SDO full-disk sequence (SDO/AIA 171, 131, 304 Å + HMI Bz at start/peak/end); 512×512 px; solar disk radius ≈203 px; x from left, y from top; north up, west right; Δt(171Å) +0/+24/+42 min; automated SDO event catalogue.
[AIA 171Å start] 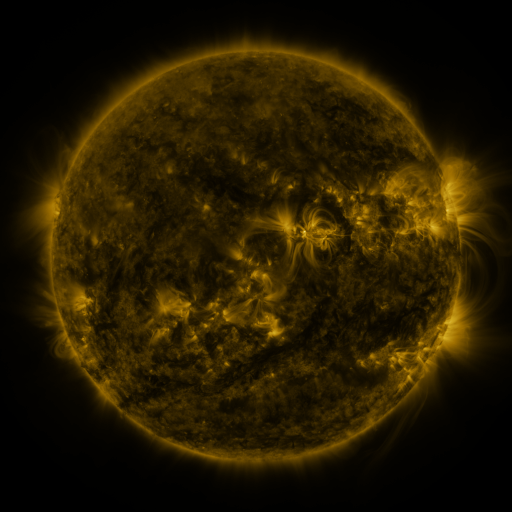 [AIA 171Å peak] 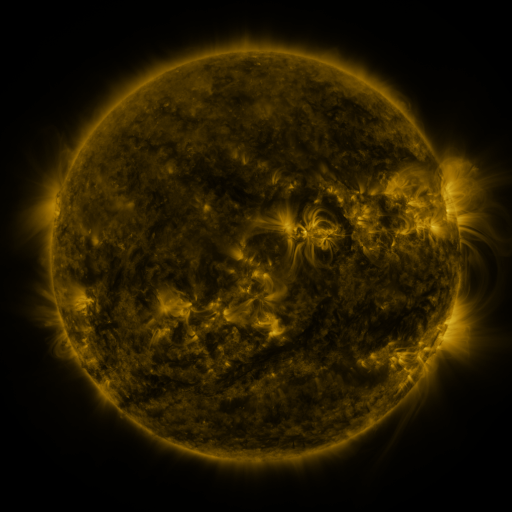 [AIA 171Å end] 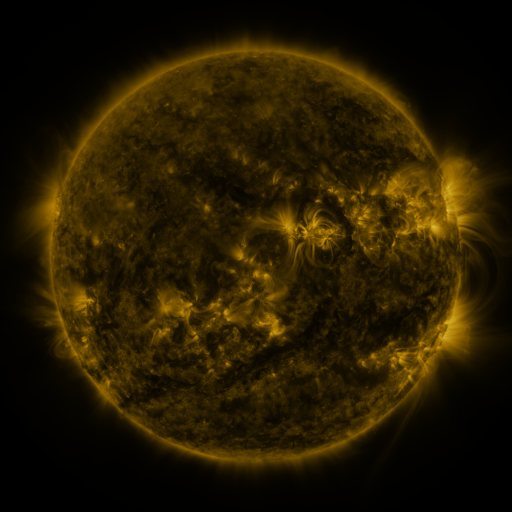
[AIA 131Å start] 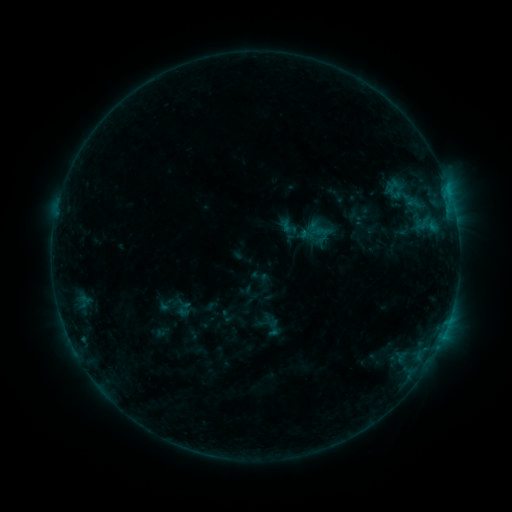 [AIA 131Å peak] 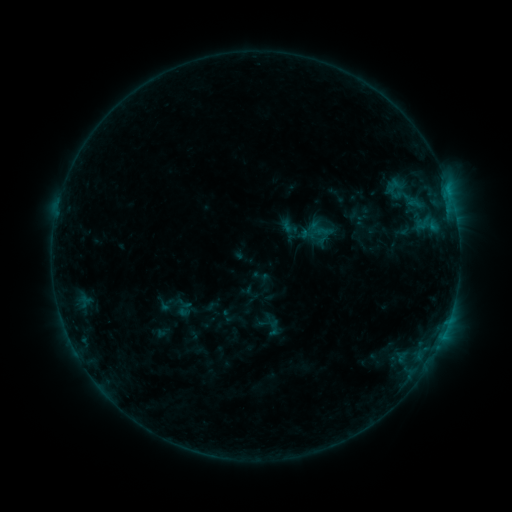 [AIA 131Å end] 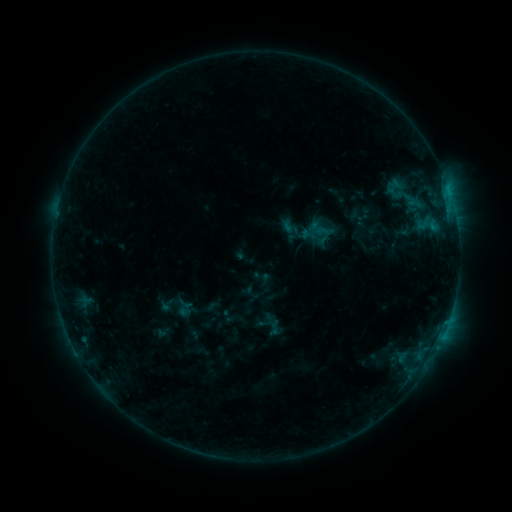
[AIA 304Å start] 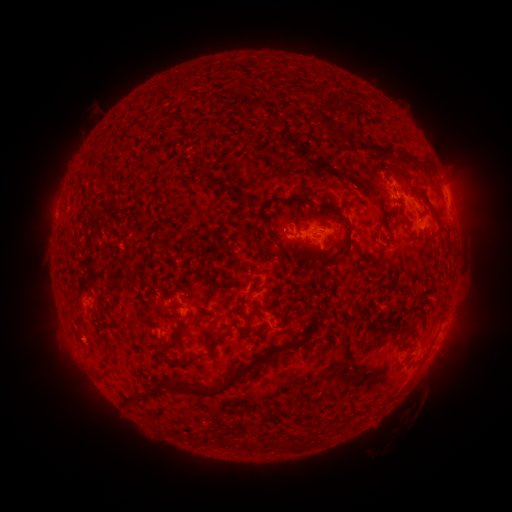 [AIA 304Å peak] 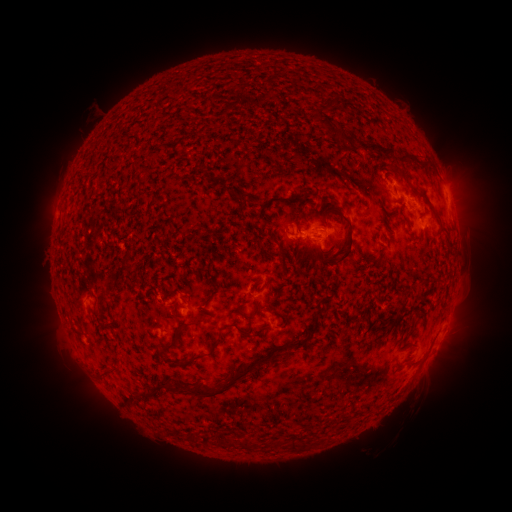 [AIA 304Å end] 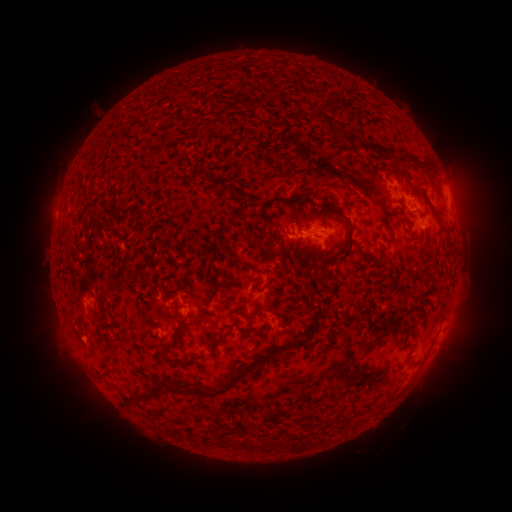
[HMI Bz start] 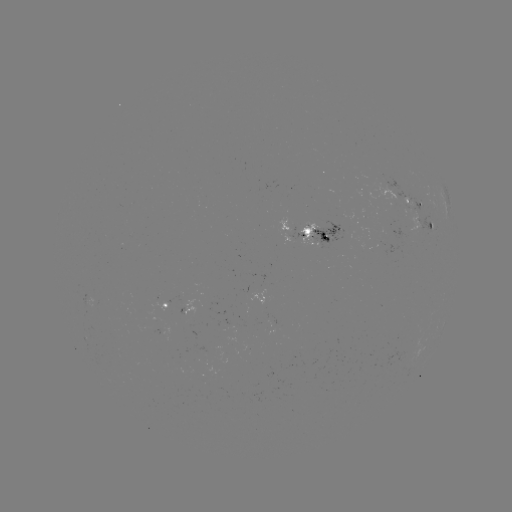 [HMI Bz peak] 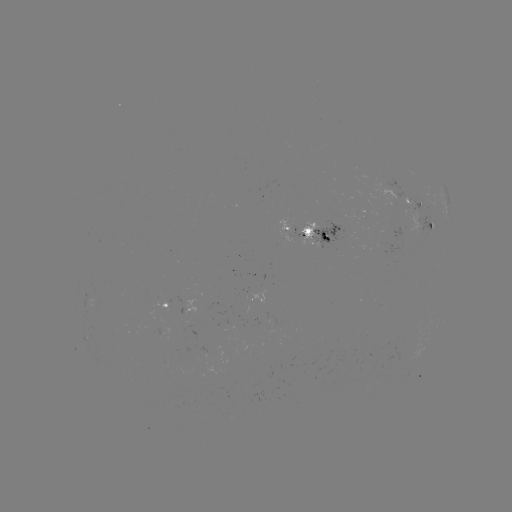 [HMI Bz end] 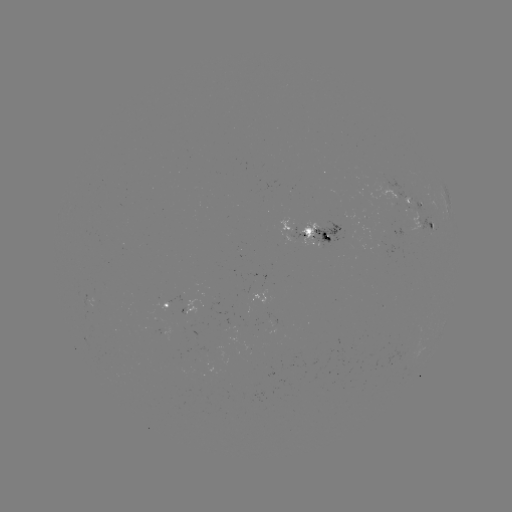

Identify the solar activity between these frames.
nothing was catalogued: no classed flare, no EUV trigger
